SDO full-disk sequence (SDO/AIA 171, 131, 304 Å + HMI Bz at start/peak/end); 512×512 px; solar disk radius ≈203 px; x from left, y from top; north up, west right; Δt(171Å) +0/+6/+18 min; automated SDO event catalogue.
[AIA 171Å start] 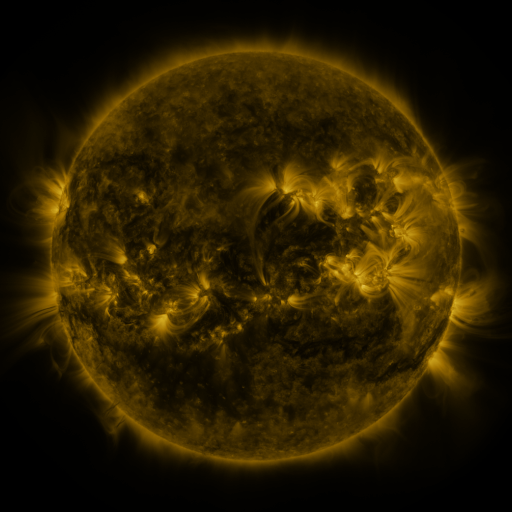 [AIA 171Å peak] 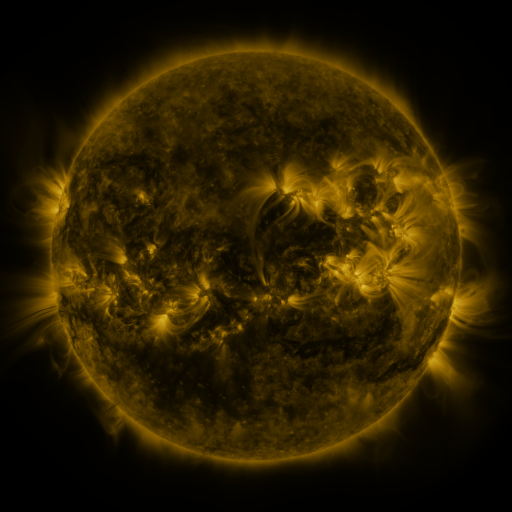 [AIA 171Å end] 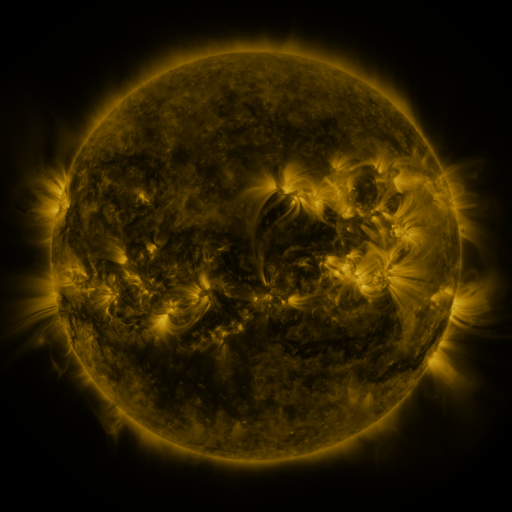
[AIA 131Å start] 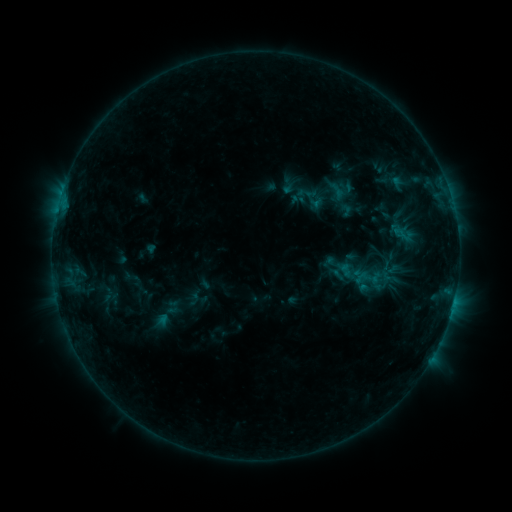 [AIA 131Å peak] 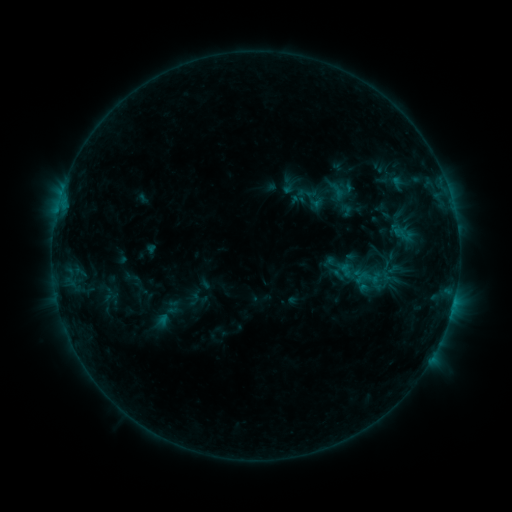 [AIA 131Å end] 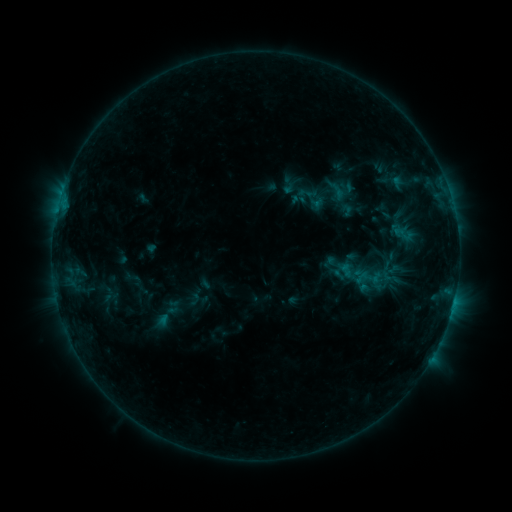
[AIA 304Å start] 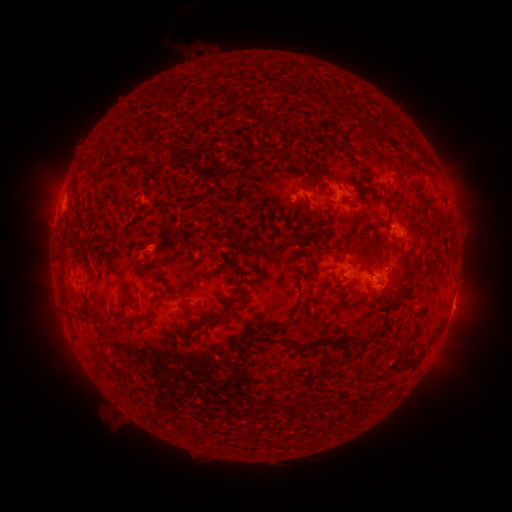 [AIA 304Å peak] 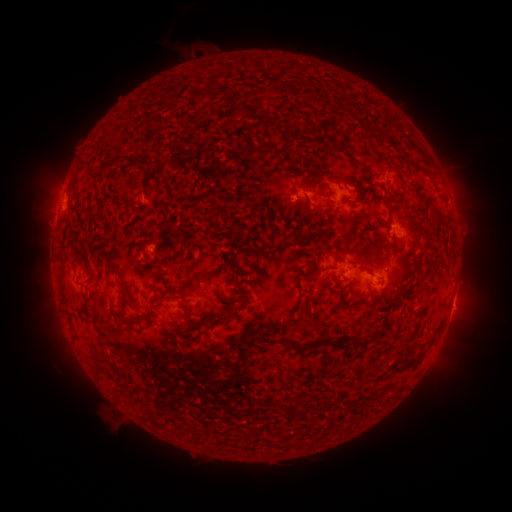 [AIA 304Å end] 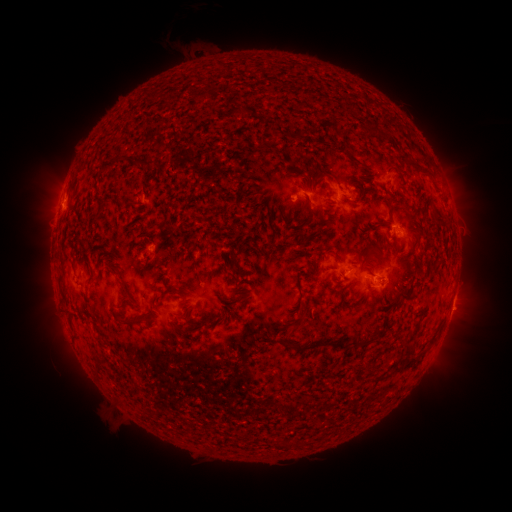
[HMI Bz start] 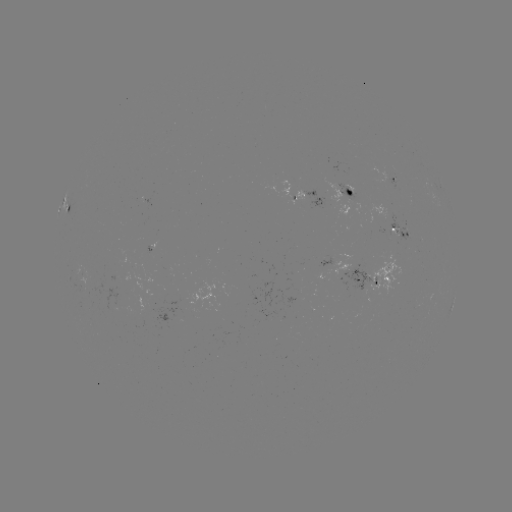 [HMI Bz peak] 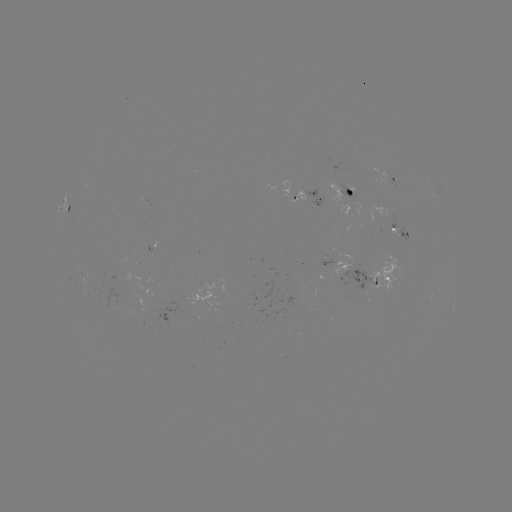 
no flare in any classed list; no EUV-trigger detection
